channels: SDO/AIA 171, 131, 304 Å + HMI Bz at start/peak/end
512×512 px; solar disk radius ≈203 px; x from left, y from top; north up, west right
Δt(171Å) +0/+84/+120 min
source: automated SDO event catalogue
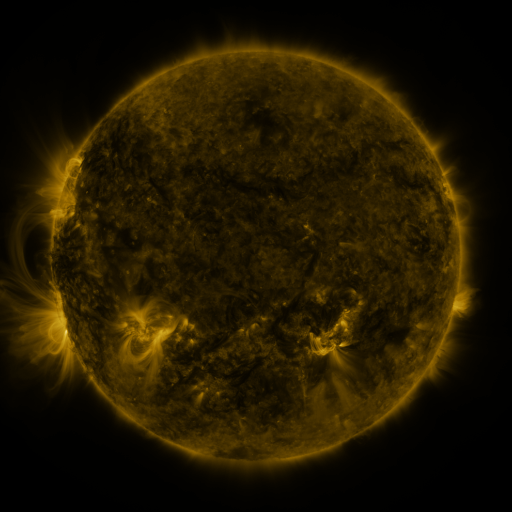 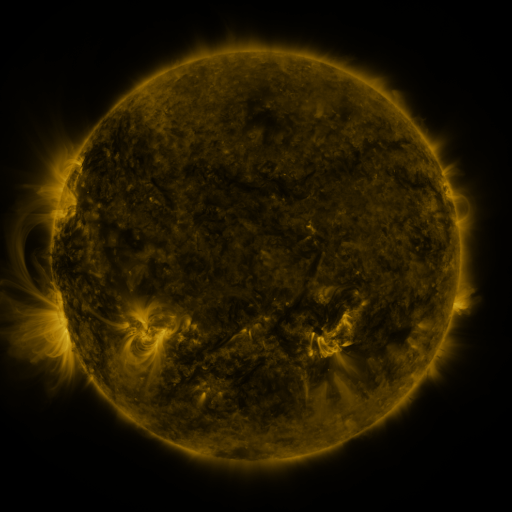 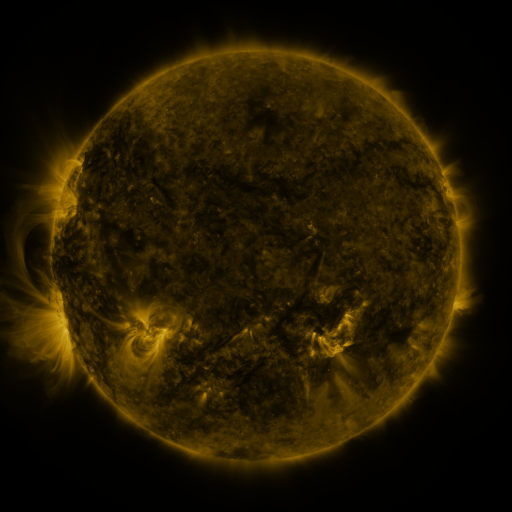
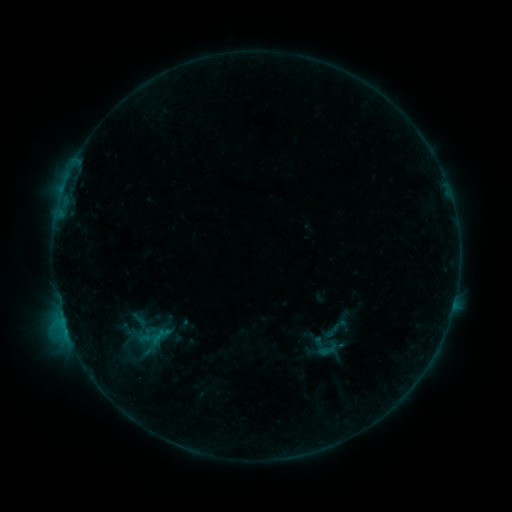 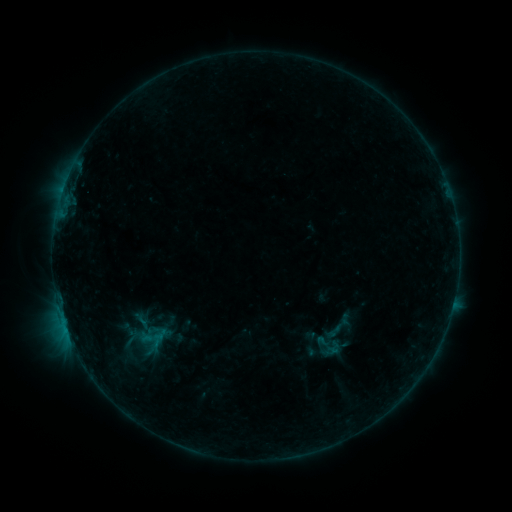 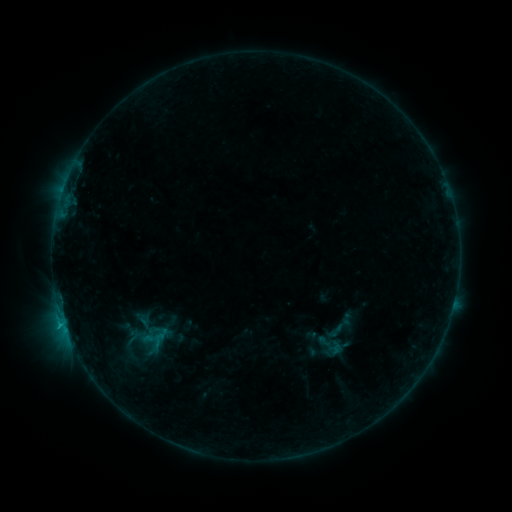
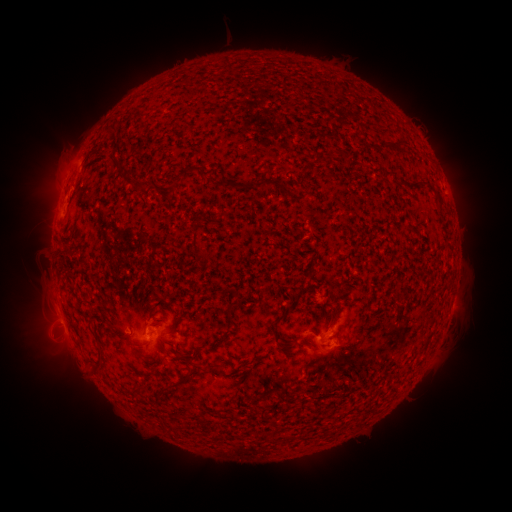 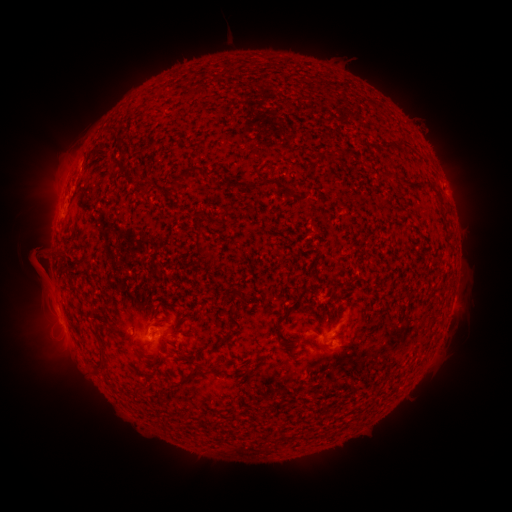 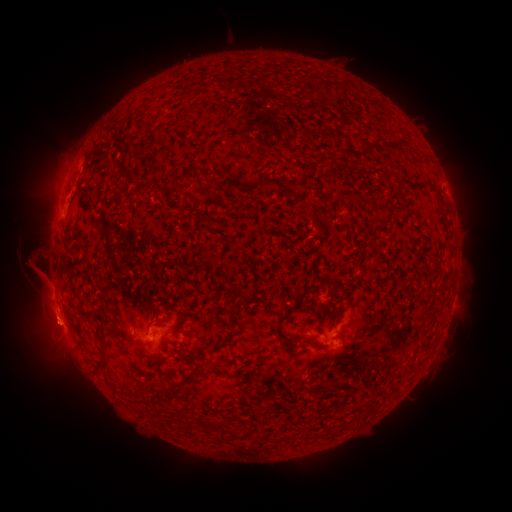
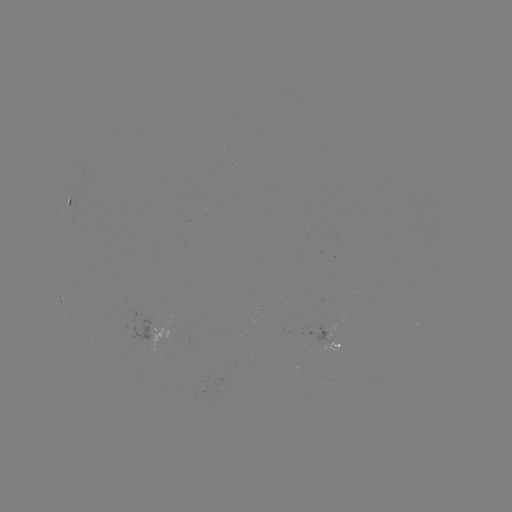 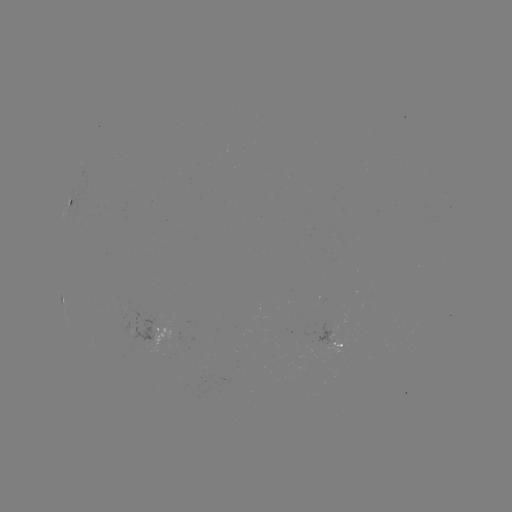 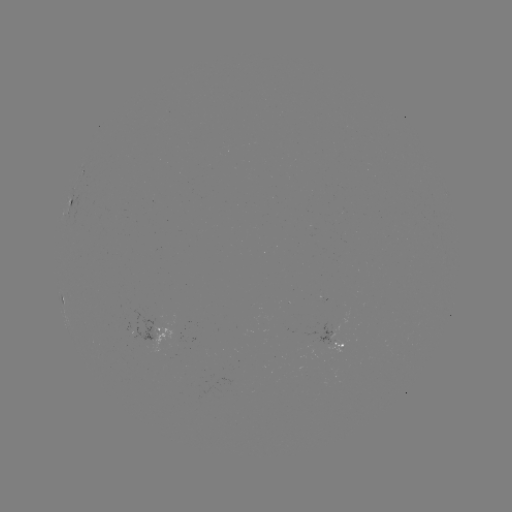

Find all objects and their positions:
emerging-flux region: (167, 355)
